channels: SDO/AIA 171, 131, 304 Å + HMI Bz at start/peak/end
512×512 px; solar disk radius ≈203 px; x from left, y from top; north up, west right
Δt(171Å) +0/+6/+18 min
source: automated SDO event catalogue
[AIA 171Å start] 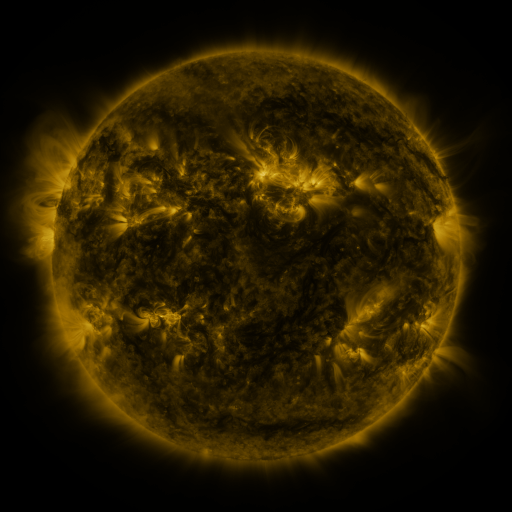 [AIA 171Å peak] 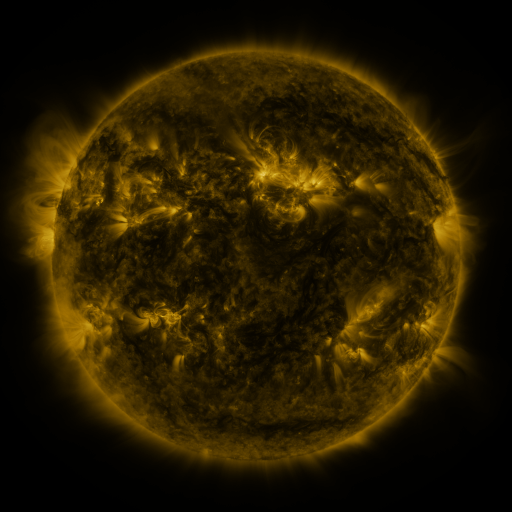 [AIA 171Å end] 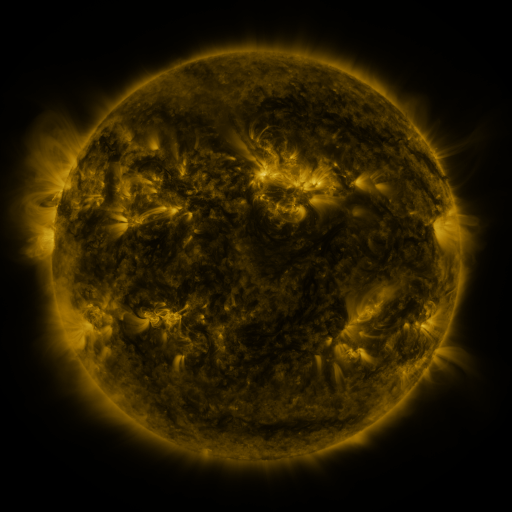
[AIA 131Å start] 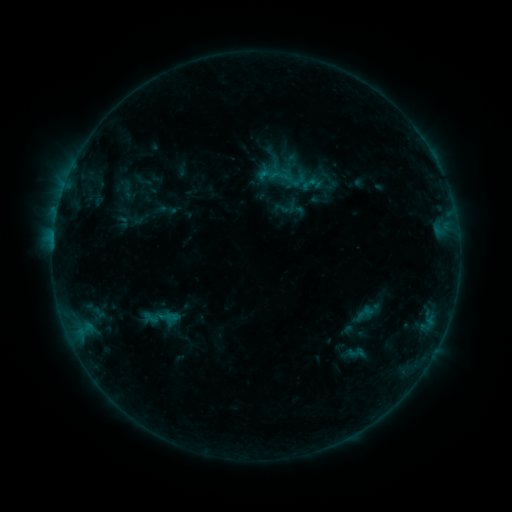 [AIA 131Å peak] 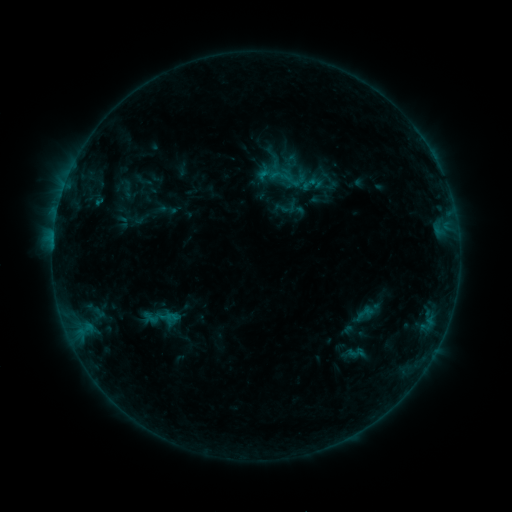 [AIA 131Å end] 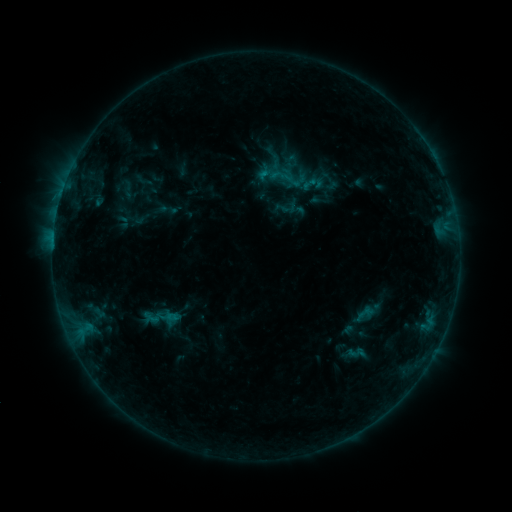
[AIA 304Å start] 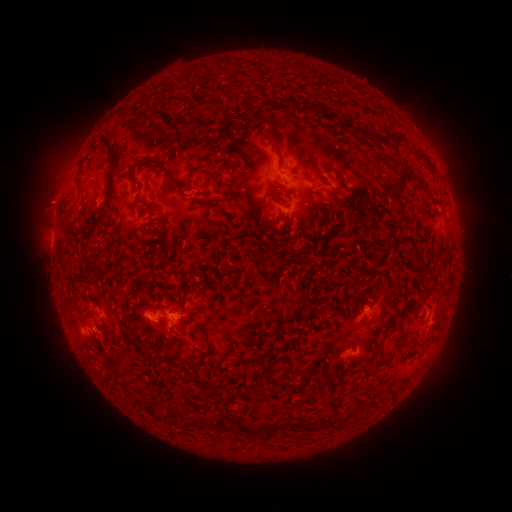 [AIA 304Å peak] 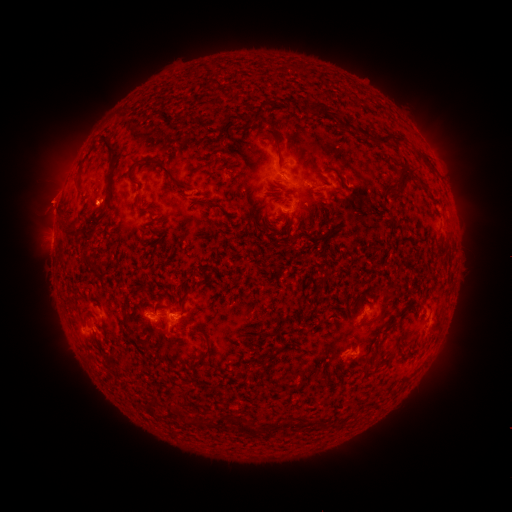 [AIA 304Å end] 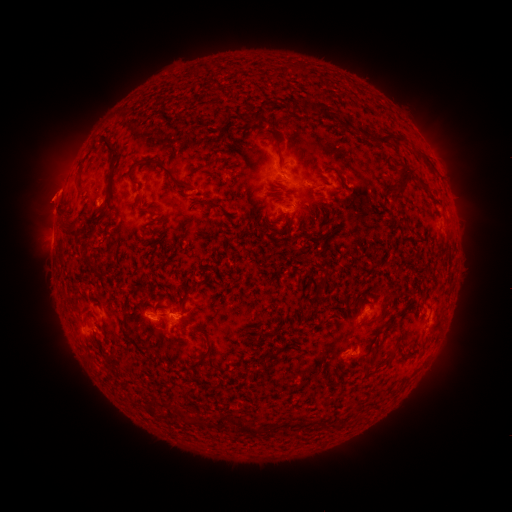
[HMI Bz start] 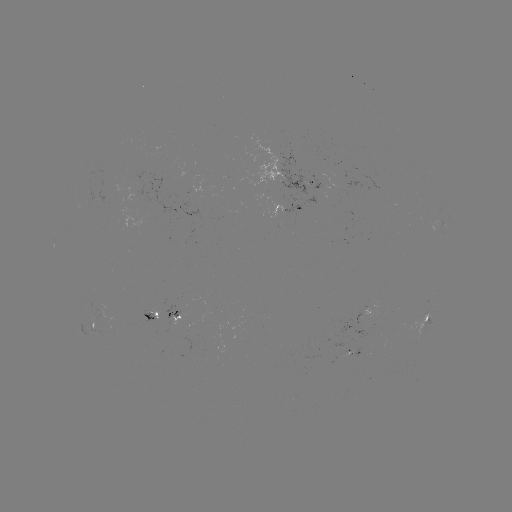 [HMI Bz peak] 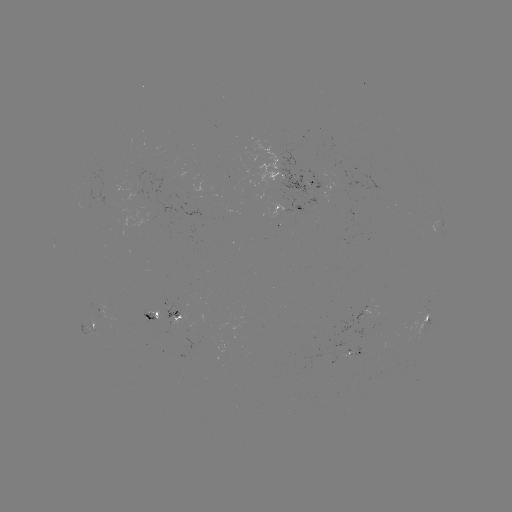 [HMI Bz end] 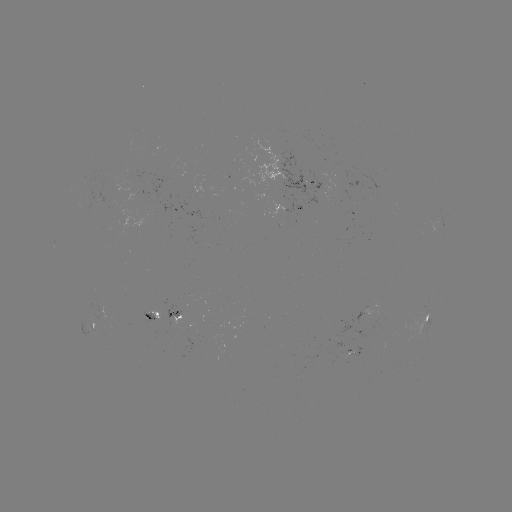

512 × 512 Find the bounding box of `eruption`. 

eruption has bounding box [27, 173, 76, 224].